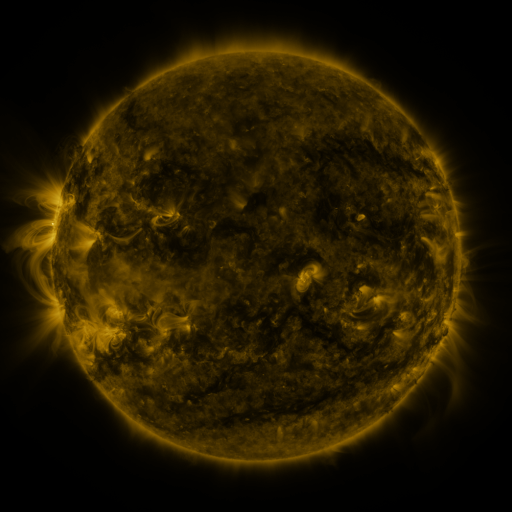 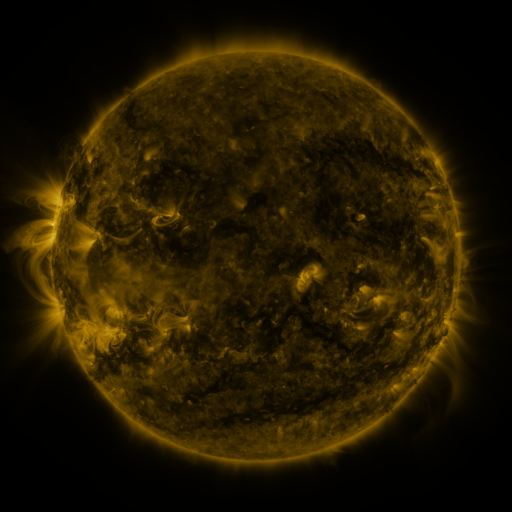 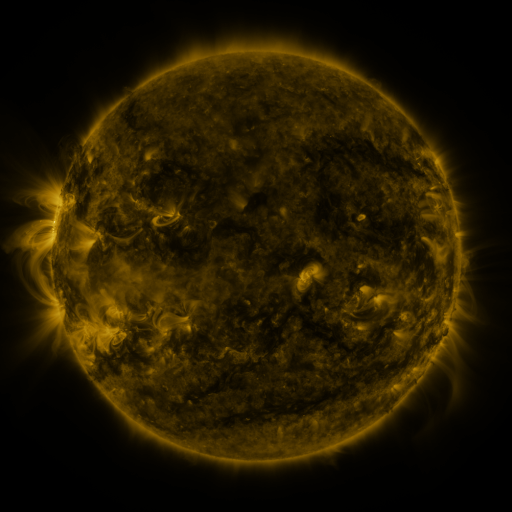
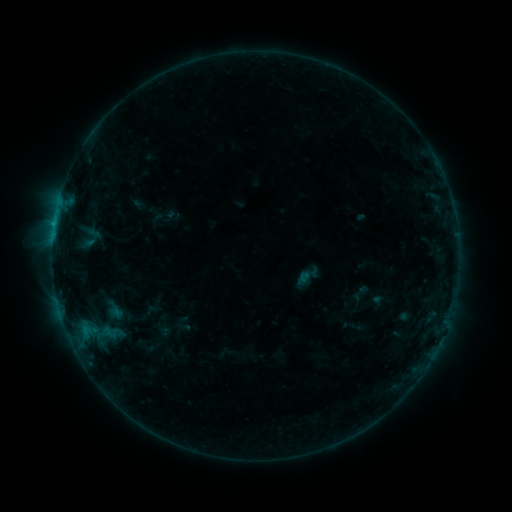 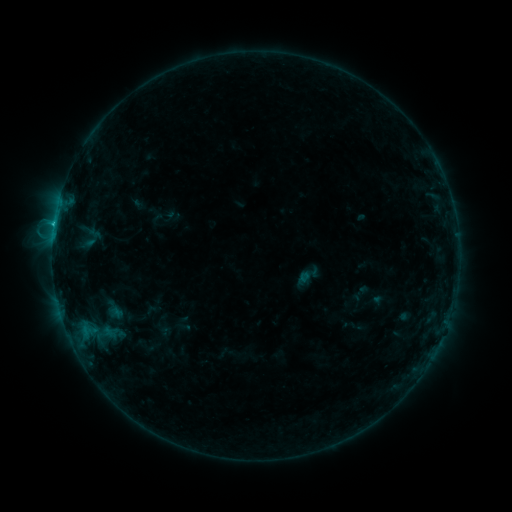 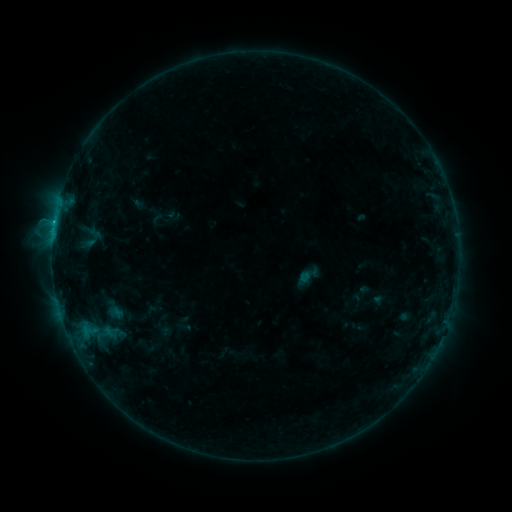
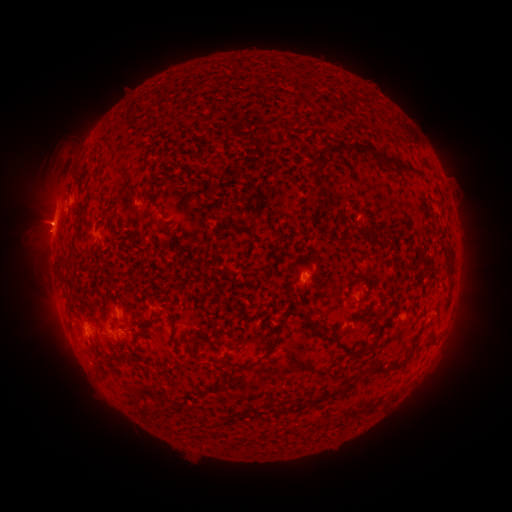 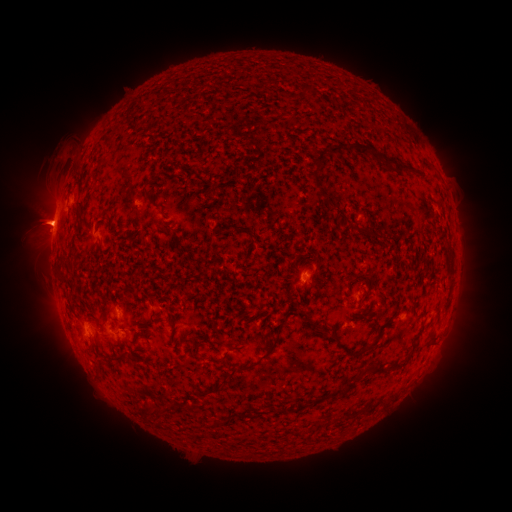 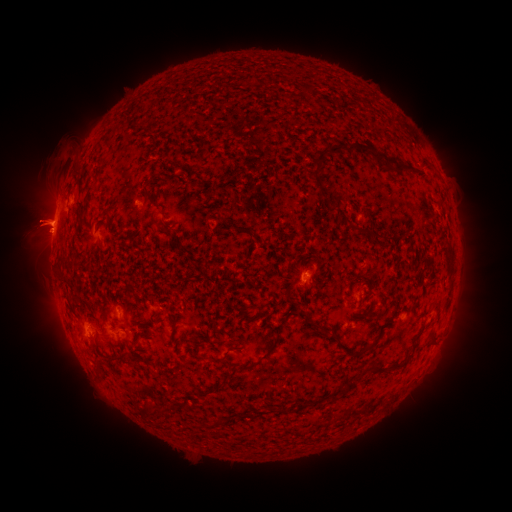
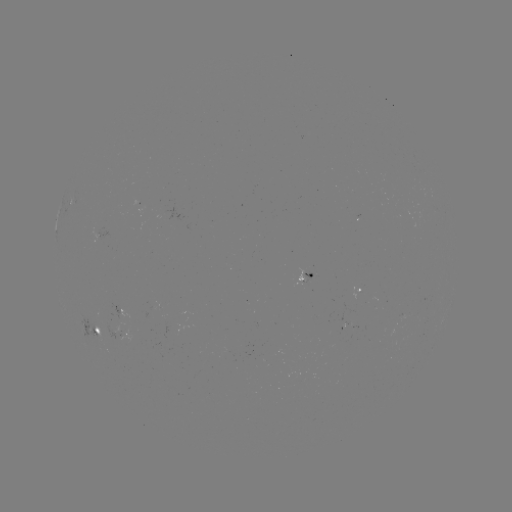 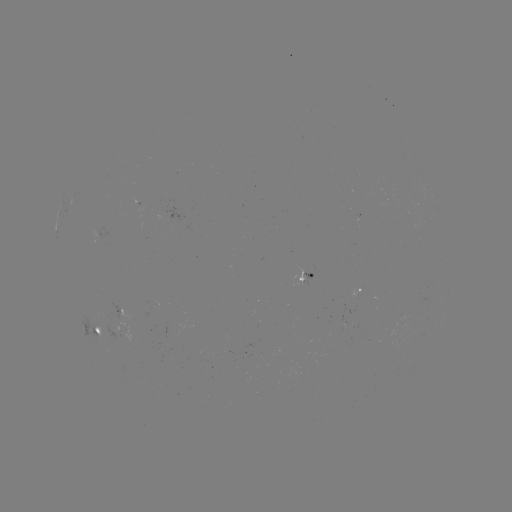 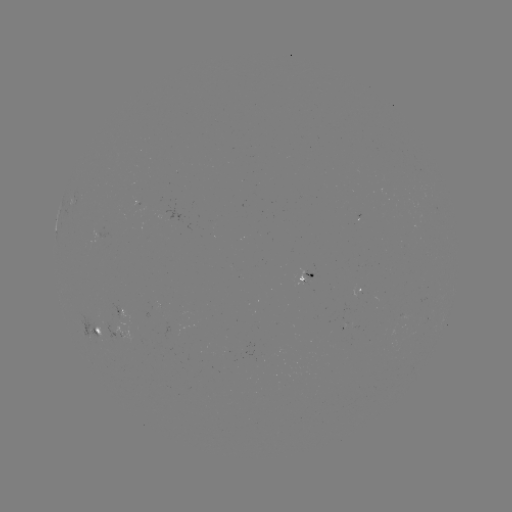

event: flare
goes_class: B8.6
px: (54, 228)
